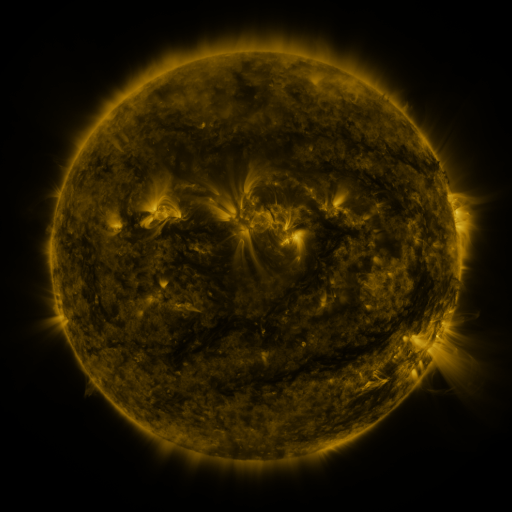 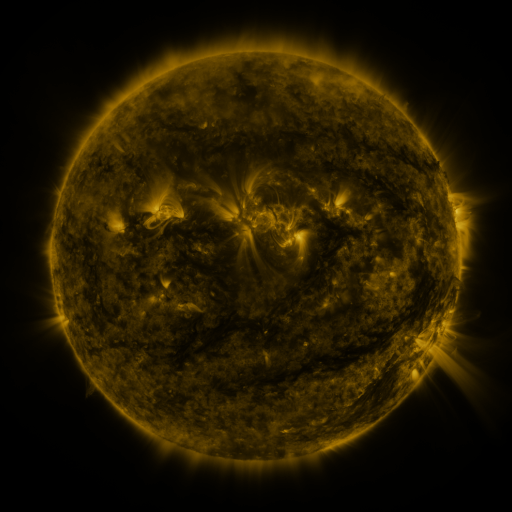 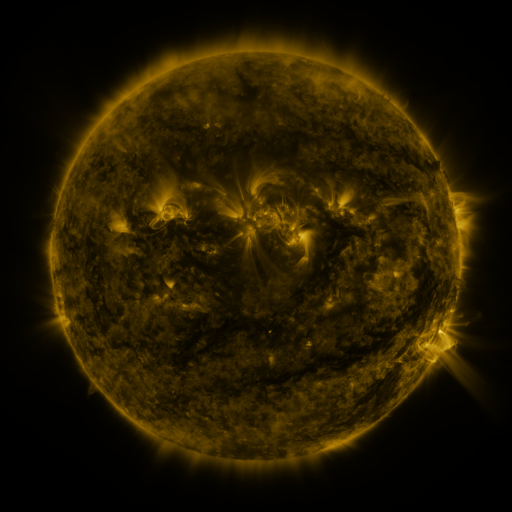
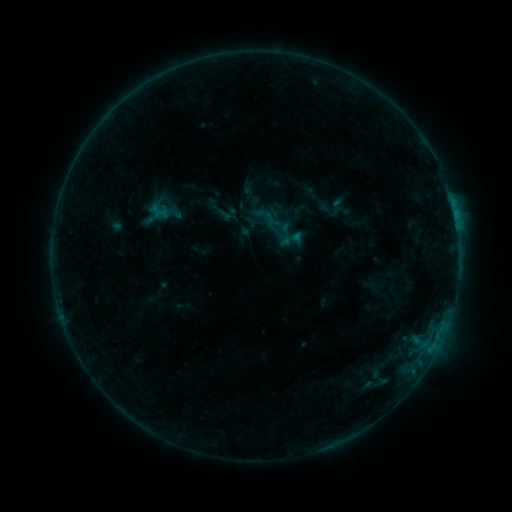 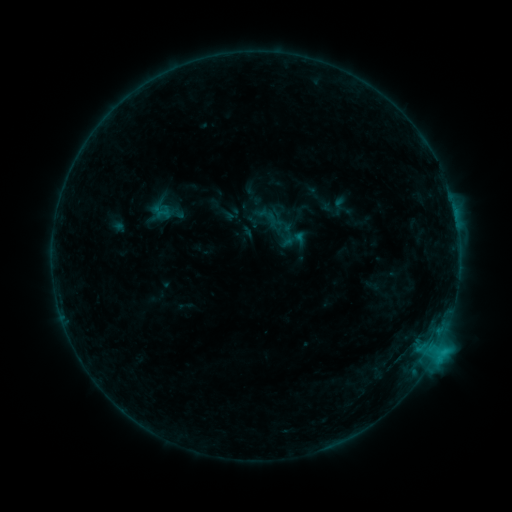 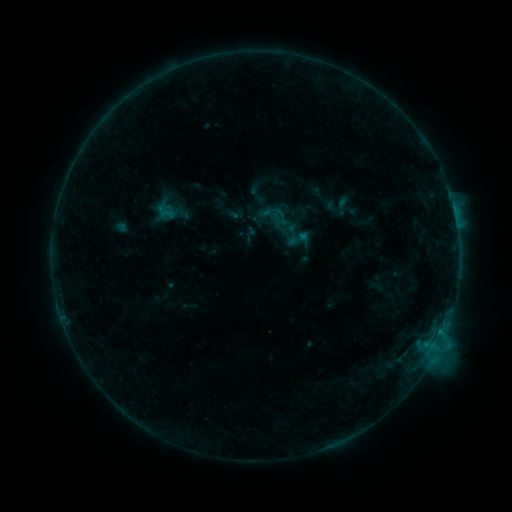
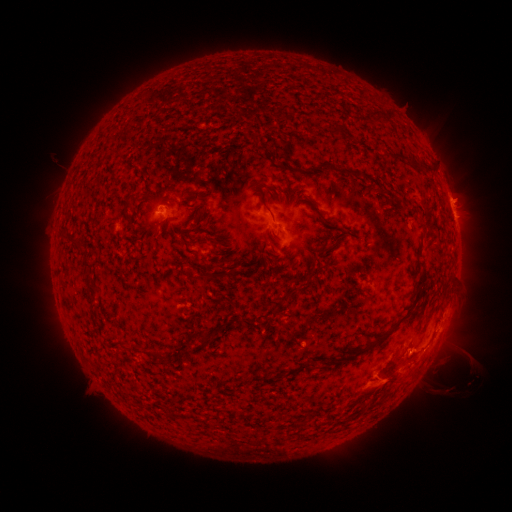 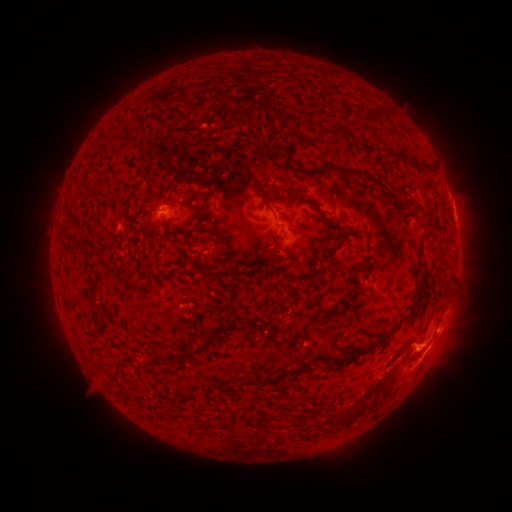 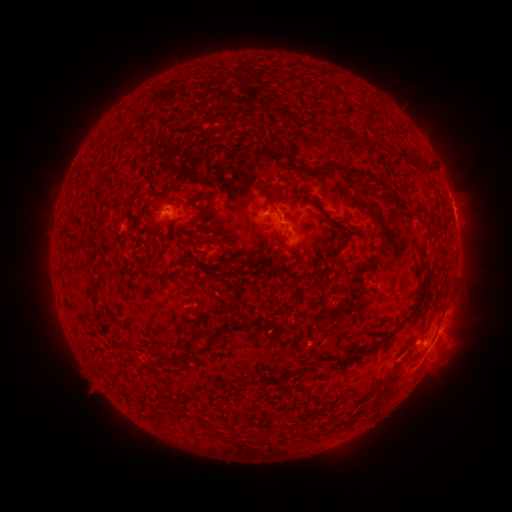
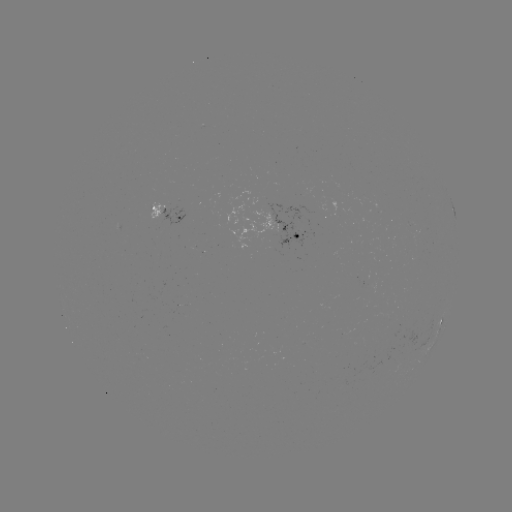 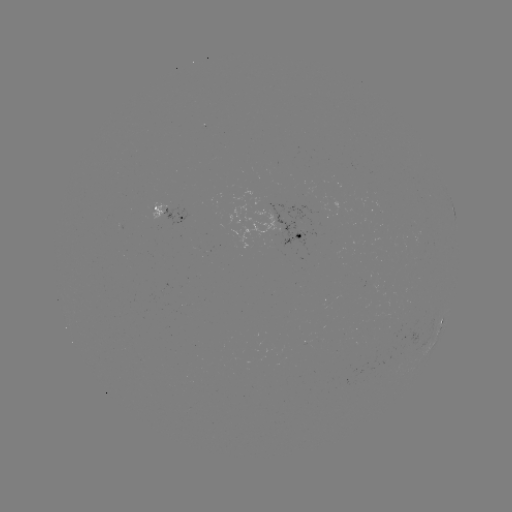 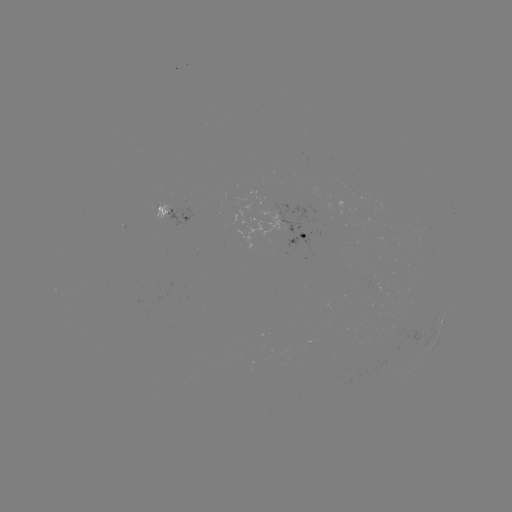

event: flare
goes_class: C2.1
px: (418, 348)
